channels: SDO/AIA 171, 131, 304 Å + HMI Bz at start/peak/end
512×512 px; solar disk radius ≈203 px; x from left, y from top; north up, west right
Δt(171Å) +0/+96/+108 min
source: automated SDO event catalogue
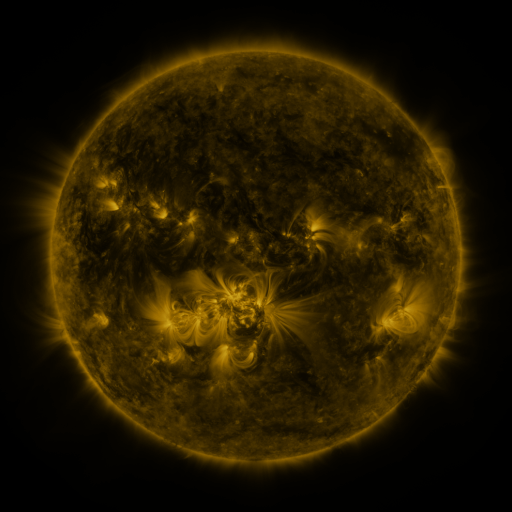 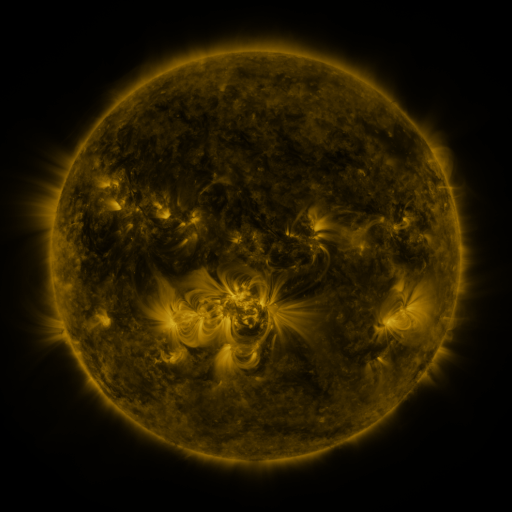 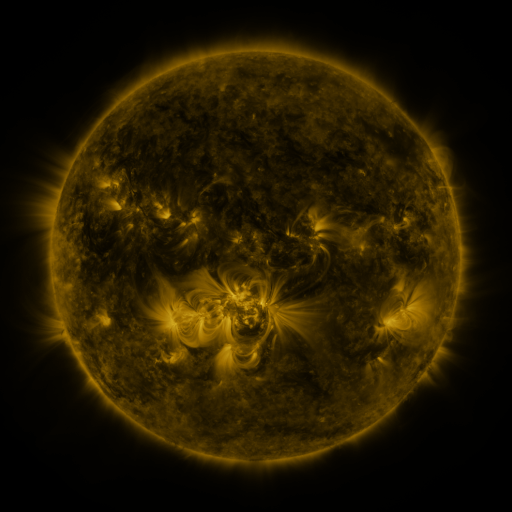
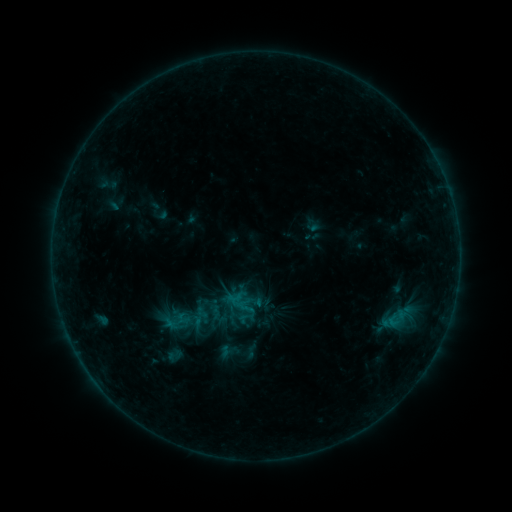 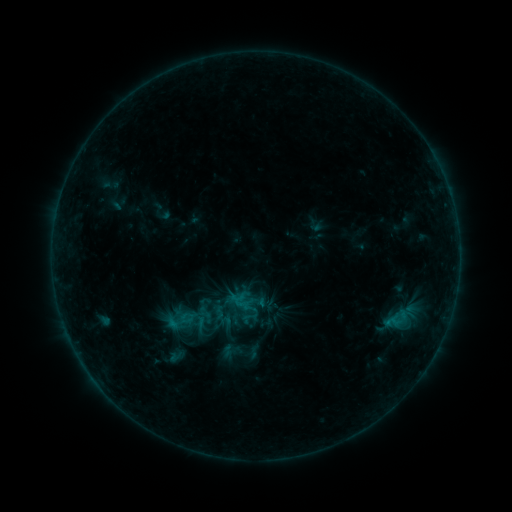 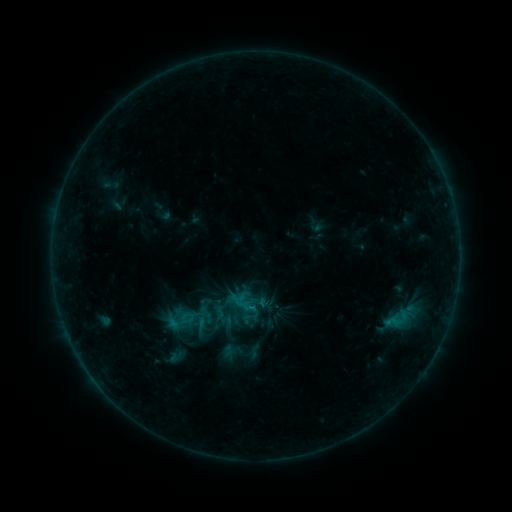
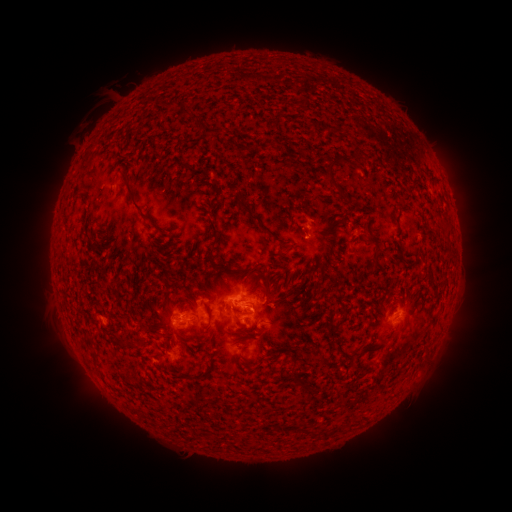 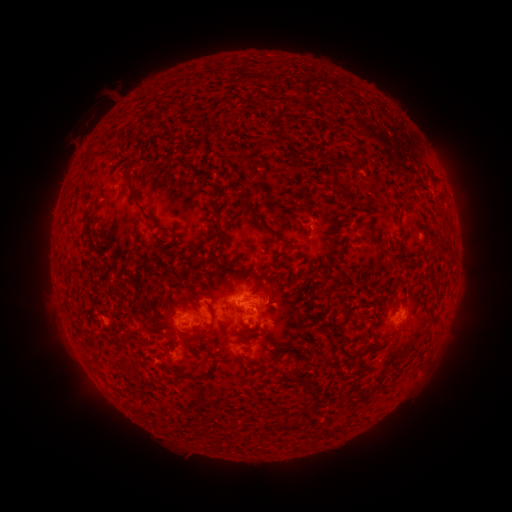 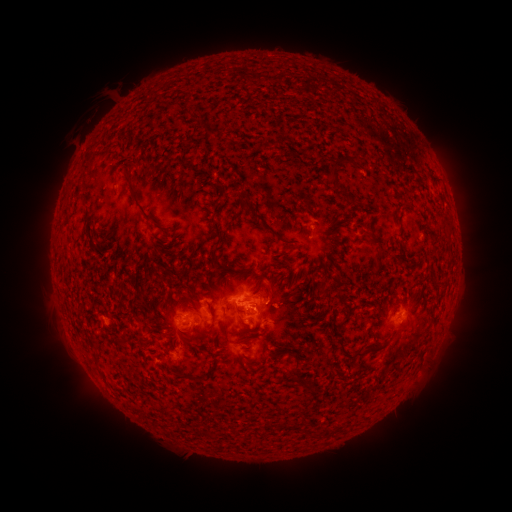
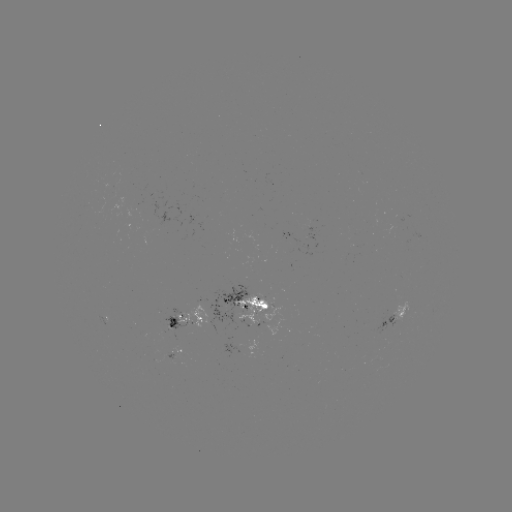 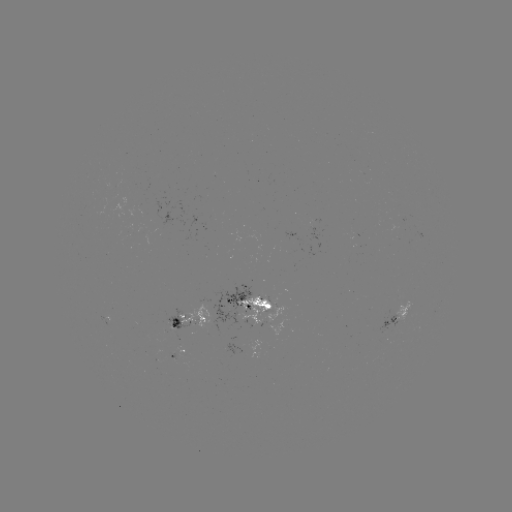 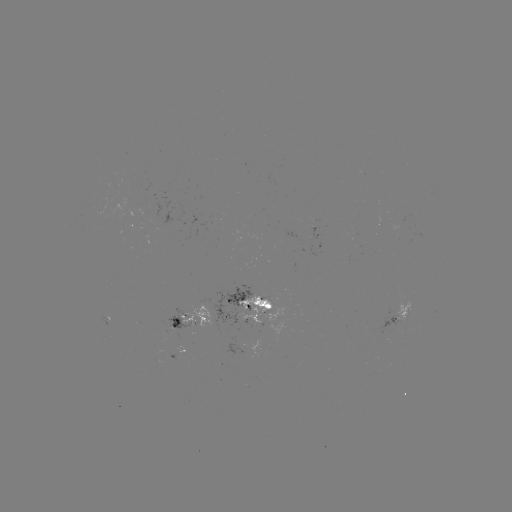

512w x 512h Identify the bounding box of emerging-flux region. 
[163, 306, 196, 332].